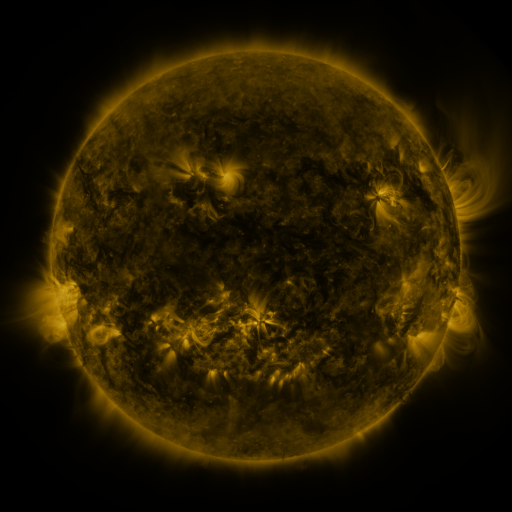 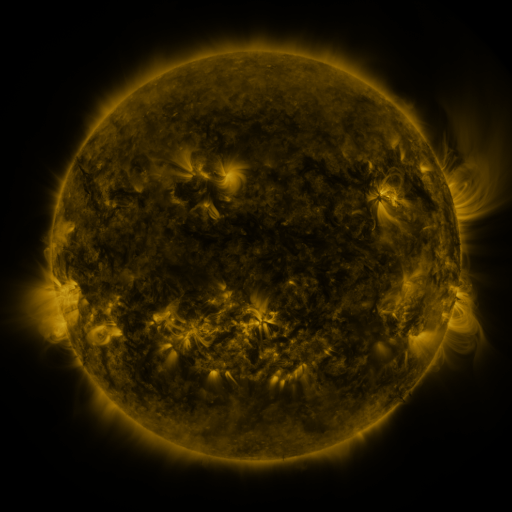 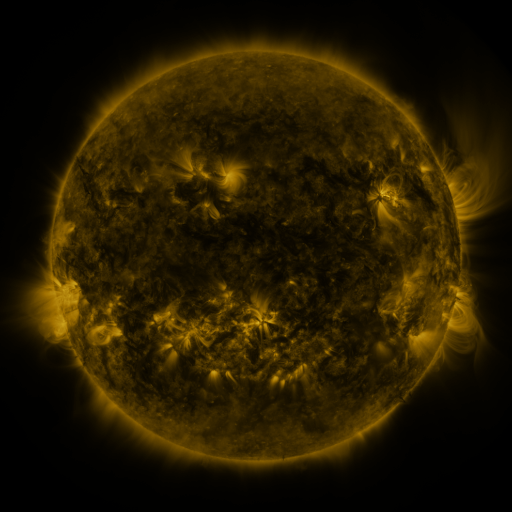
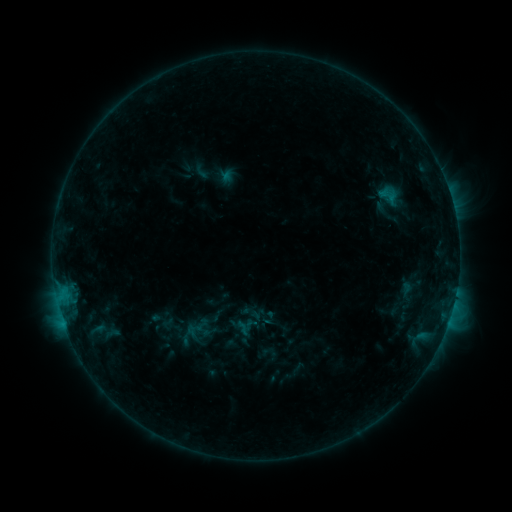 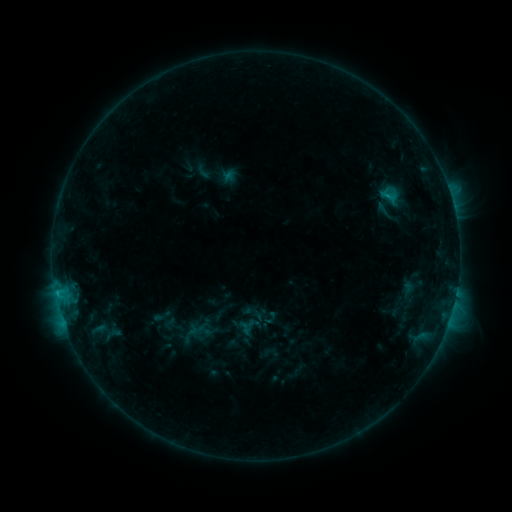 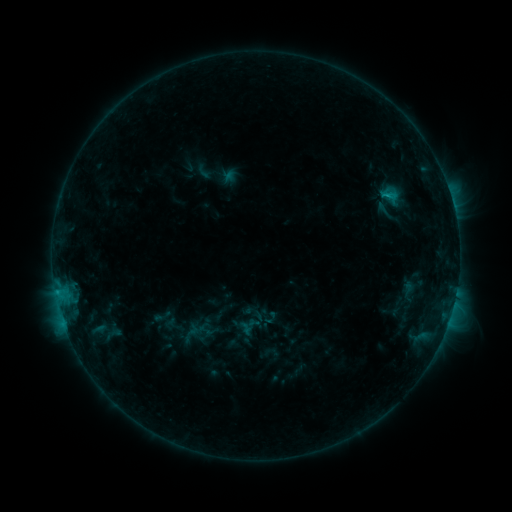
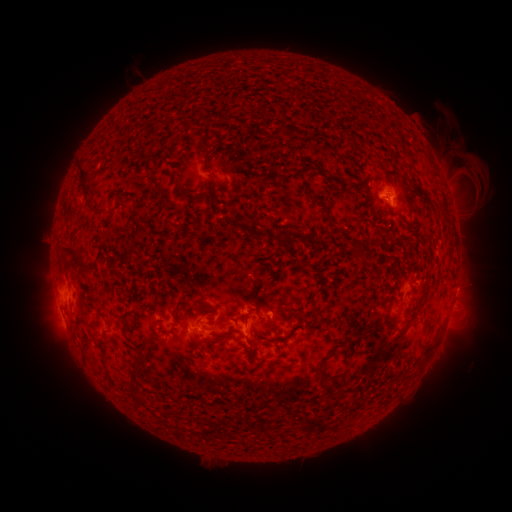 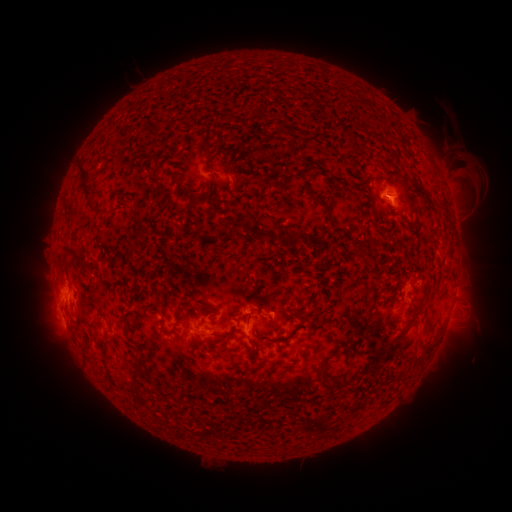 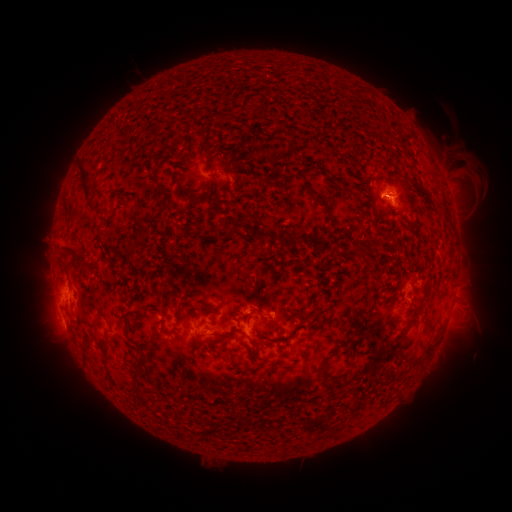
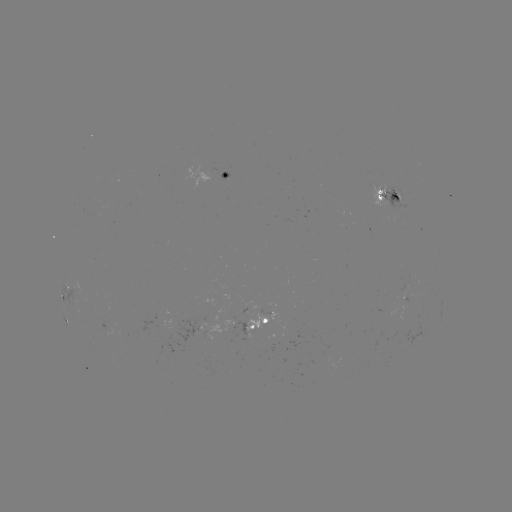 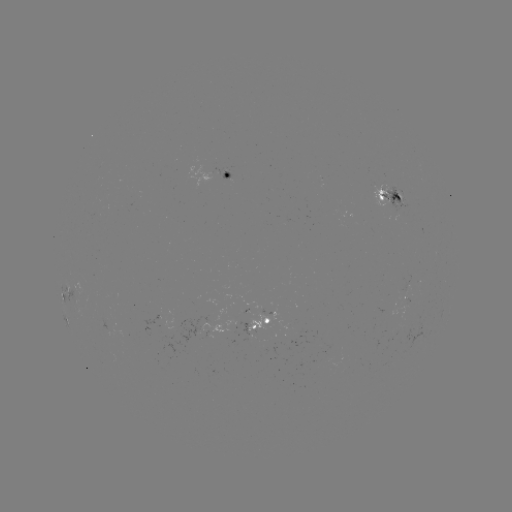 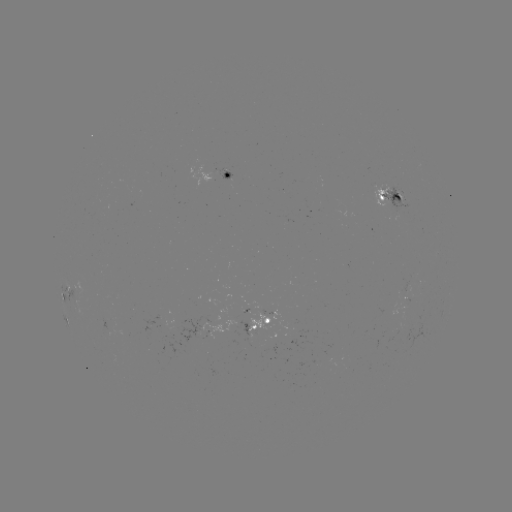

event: emerging-flux region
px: (407, 320)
